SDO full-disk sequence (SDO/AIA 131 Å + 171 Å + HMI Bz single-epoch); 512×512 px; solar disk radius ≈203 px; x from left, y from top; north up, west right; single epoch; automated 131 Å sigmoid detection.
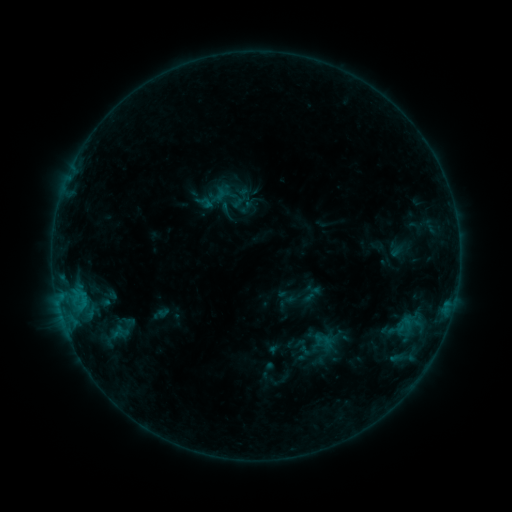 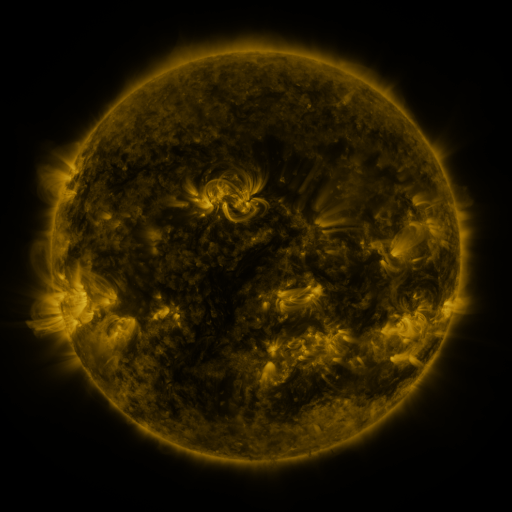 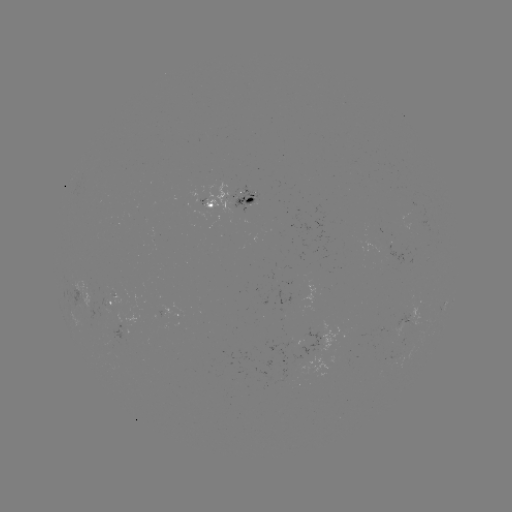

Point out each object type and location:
sigmoid: (323, 340)
